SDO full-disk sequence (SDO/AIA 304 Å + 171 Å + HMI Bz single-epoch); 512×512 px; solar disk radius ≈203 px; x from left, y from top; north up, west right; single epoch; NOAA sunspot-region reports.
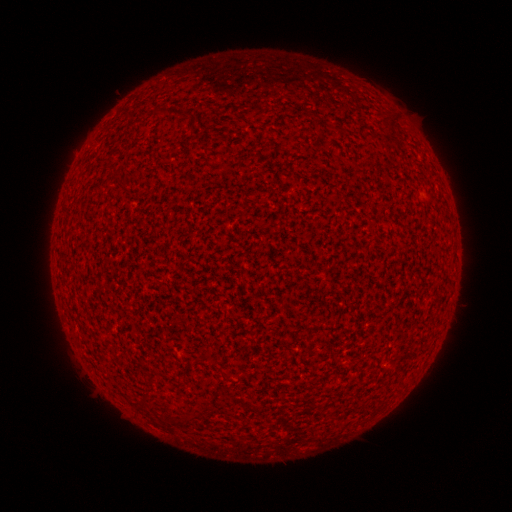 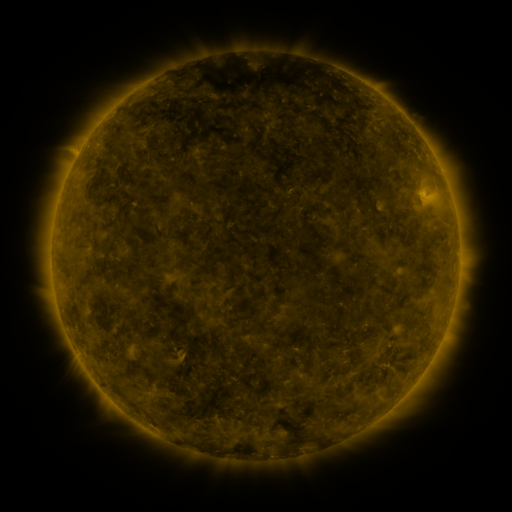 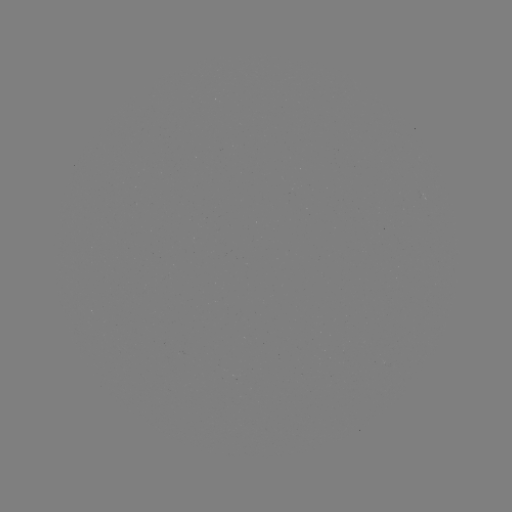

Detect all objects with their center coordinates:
(none)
